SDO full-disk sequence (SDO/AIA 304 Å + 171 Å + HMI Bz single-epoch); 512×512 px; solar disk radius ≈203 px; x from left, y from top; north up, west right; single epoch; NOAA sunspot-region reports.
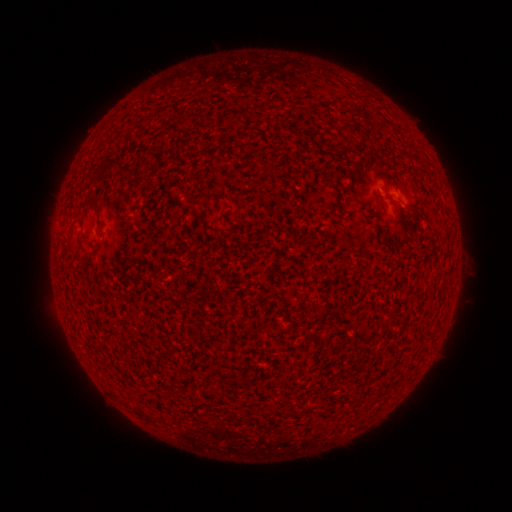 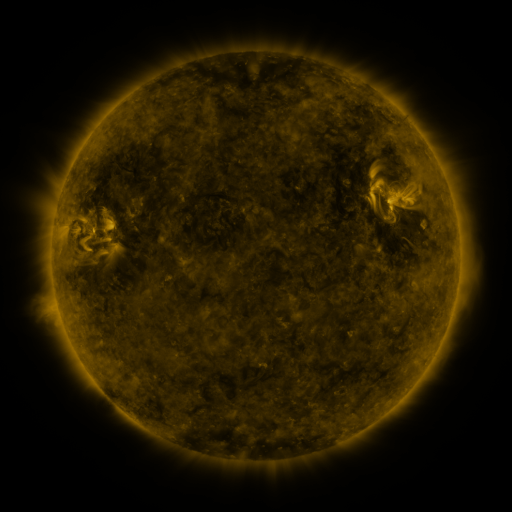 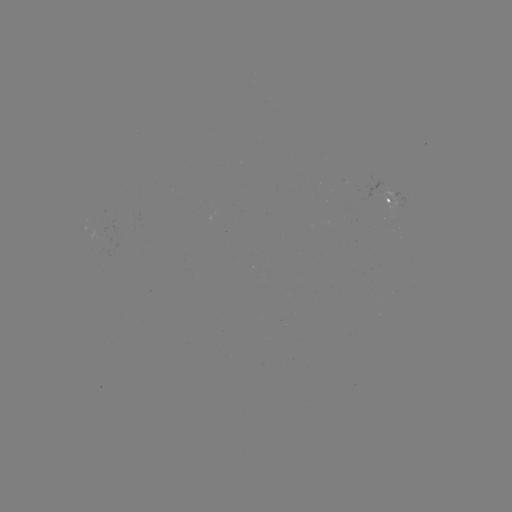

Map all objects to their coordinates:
spotted active region: (395, 199)
